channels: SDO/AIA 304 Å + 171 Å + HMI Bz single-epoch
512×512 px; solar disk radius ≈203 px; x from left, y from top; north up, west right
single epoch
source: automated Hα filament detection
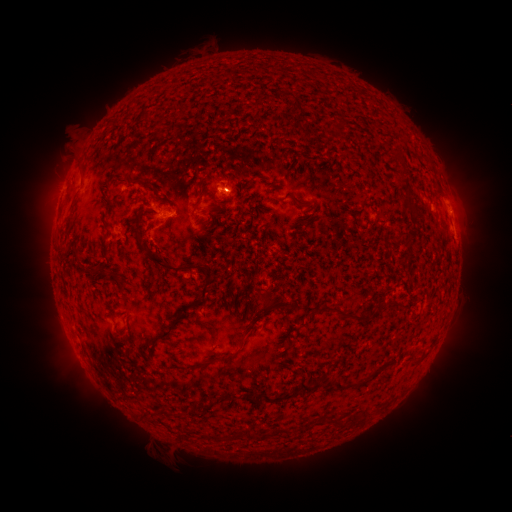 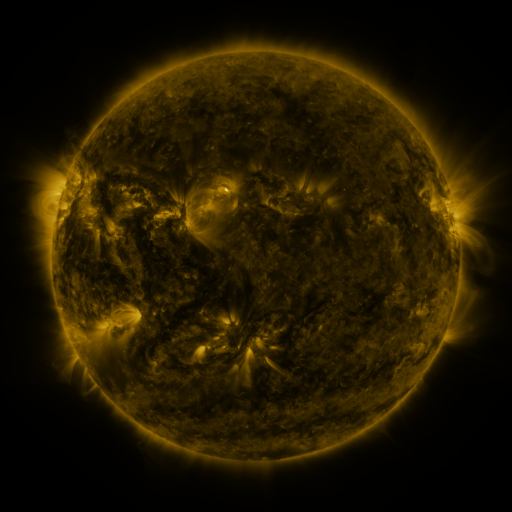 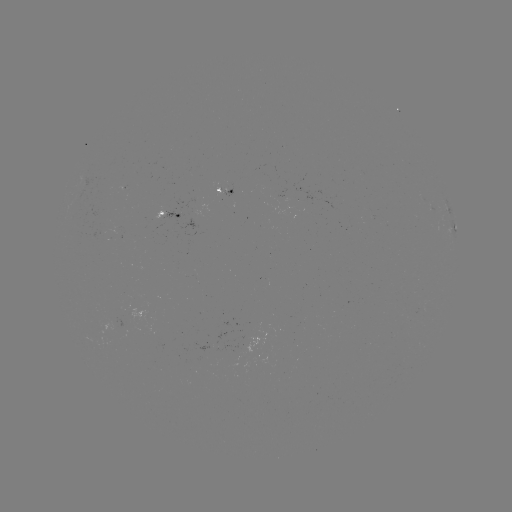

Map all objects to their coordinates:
filament: (181, 109)
filament: (300, 109)
filament: (301, 204)
filament: (407, 205)
filament: (138, 220)
filament: (76, 256)
filament: (166, 266)
filament: (93, 272)
filament: (205, 288)
filament: (396, 305)
filament: (269, 306)
filament: (184, 311)
filament: (344, 316)
filament: (169, 328)
filament: (218, 359)
filament: (329, 384)
filament: (304, 387)
filament: (248, 399)
filament: (275, 399)
filament: (335, 423)
